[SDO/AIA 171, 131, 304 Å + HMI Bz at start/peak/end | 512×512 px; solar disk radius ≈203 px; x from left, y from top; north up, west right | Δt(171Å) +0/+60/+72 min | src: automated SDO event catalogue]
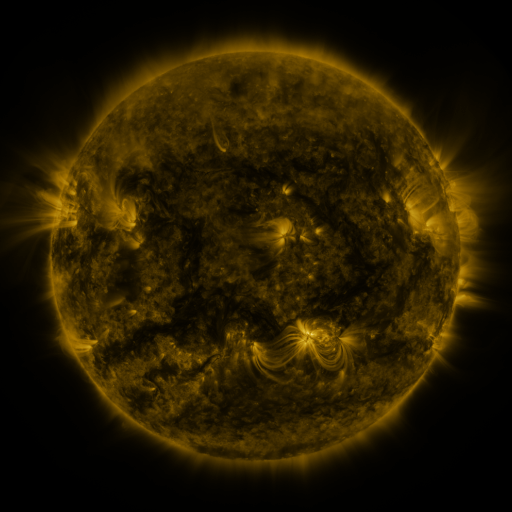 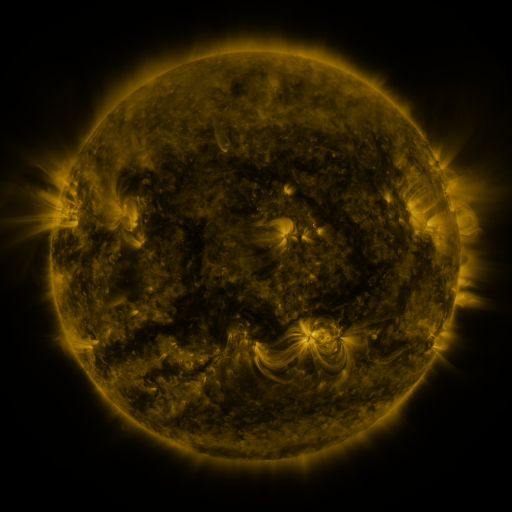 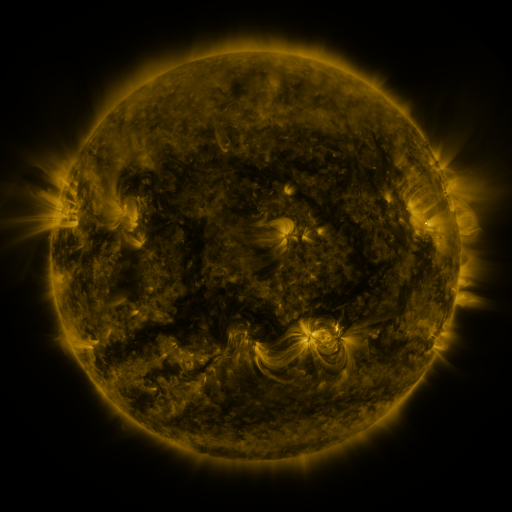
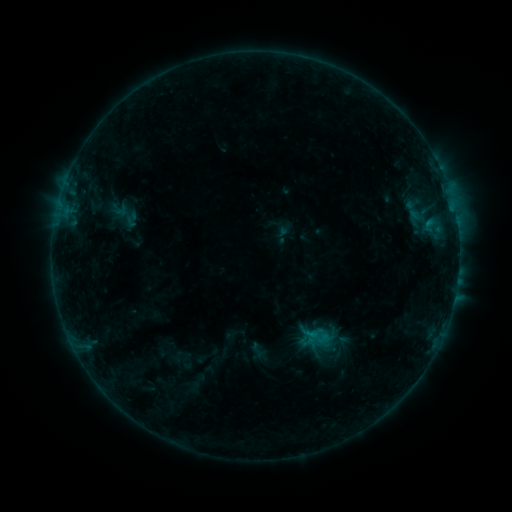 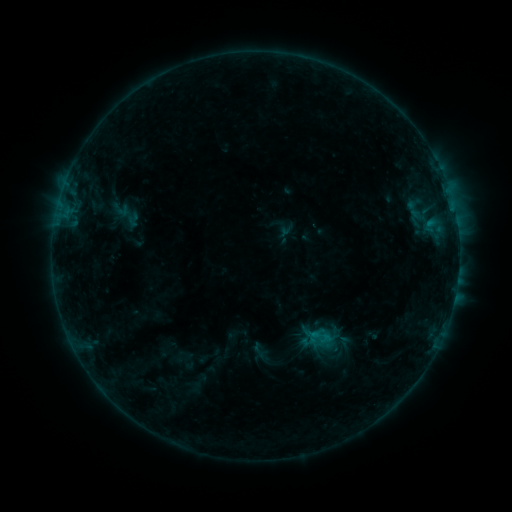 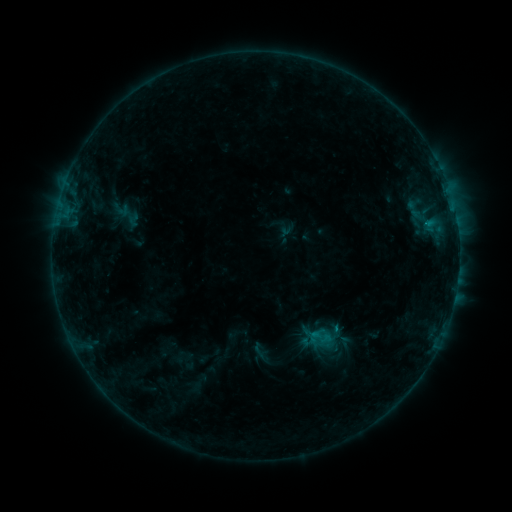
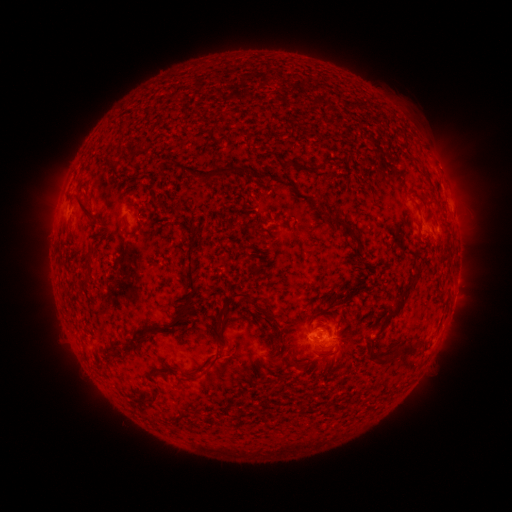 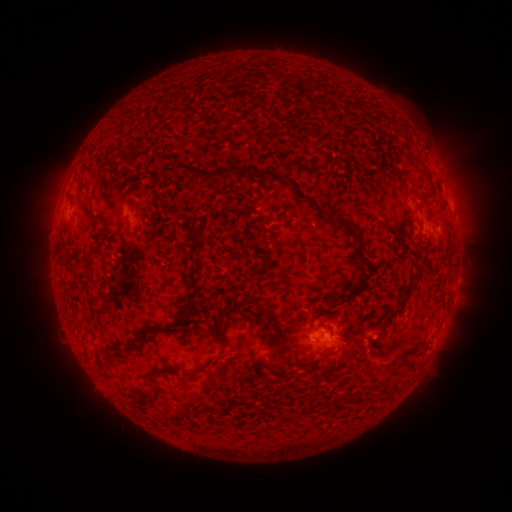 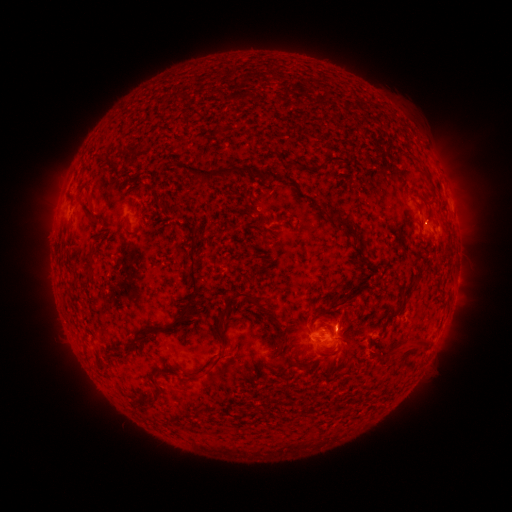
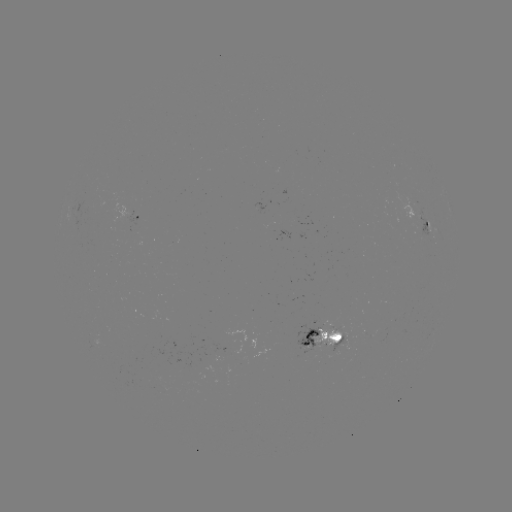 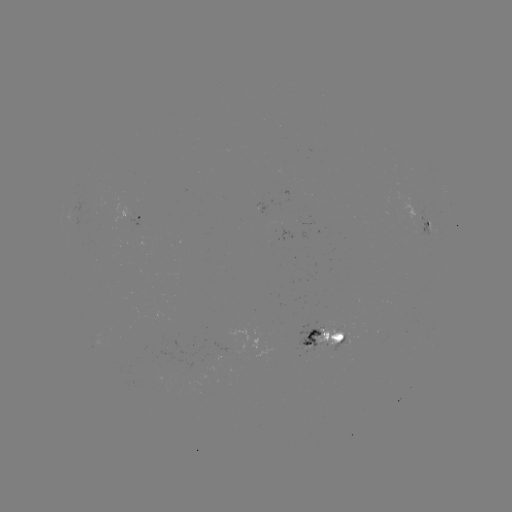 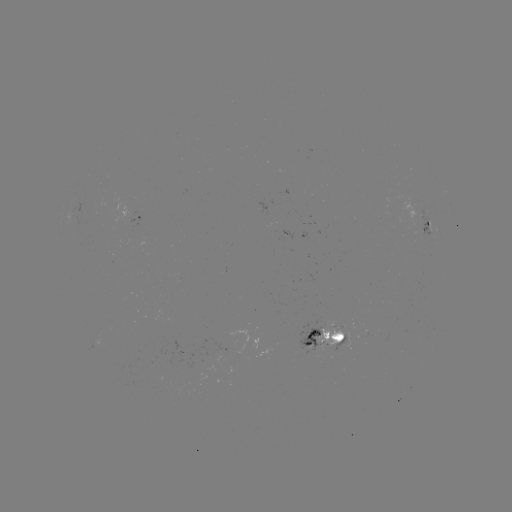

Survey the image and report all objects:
emerging-flux region: (326, 328)
